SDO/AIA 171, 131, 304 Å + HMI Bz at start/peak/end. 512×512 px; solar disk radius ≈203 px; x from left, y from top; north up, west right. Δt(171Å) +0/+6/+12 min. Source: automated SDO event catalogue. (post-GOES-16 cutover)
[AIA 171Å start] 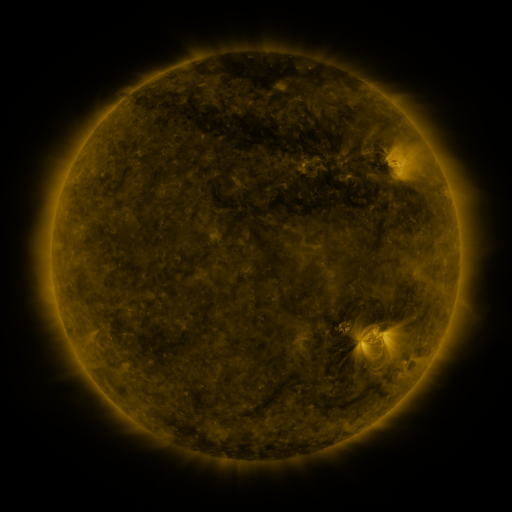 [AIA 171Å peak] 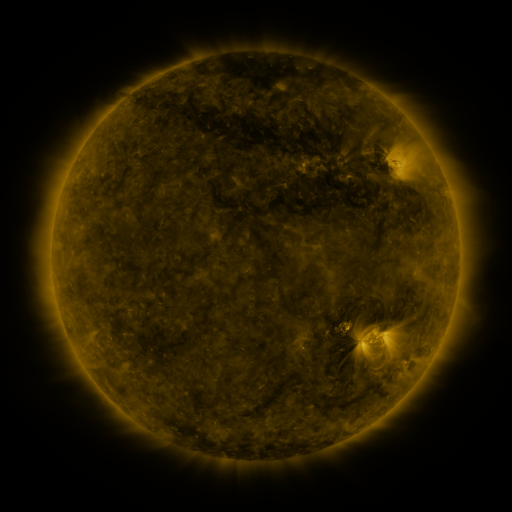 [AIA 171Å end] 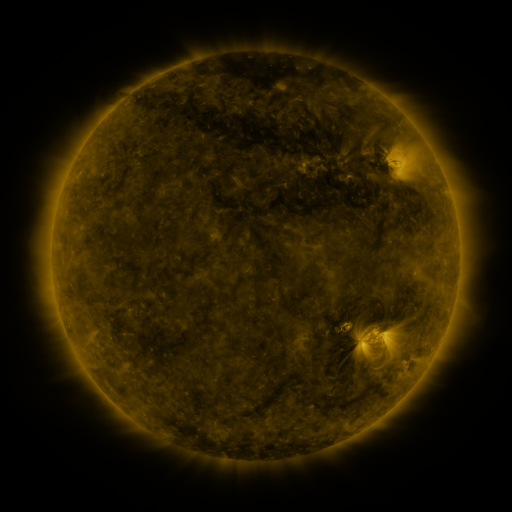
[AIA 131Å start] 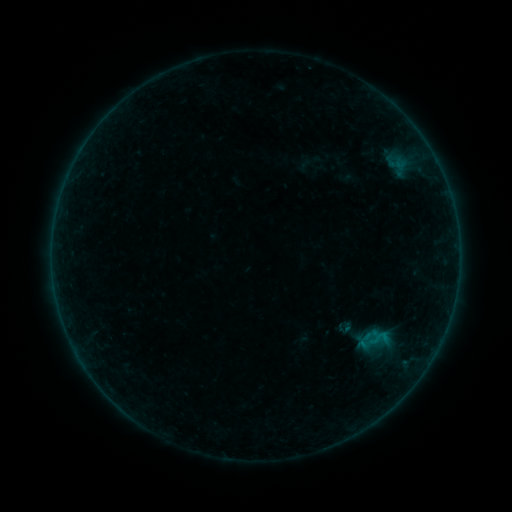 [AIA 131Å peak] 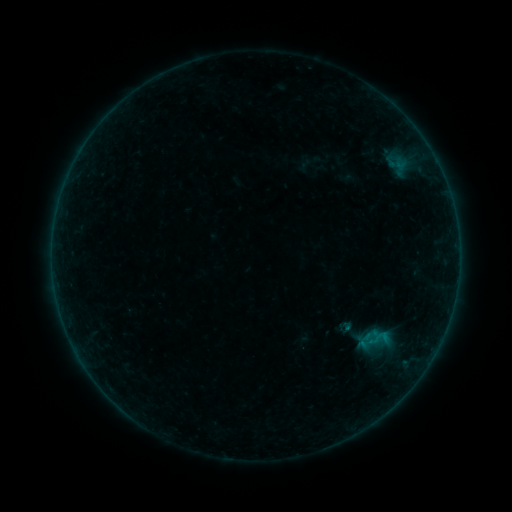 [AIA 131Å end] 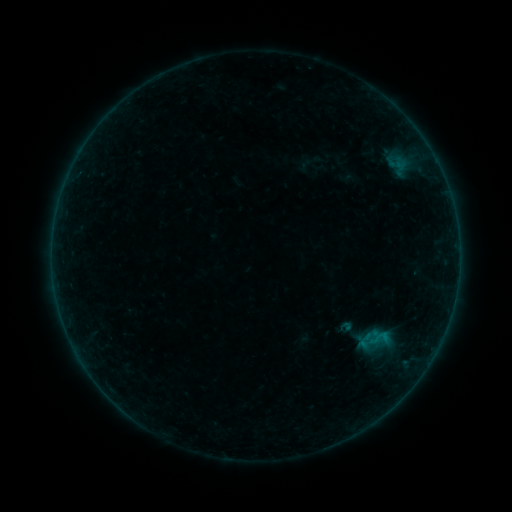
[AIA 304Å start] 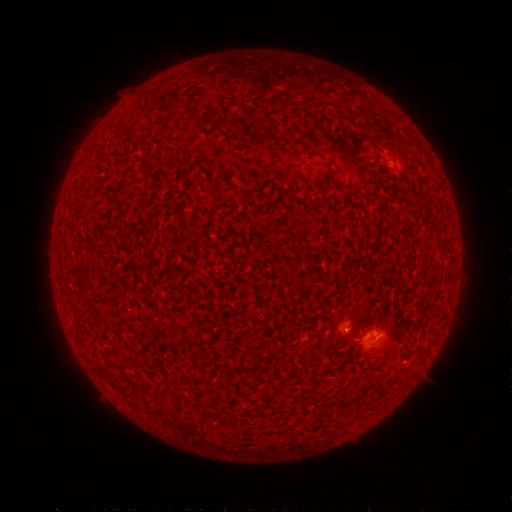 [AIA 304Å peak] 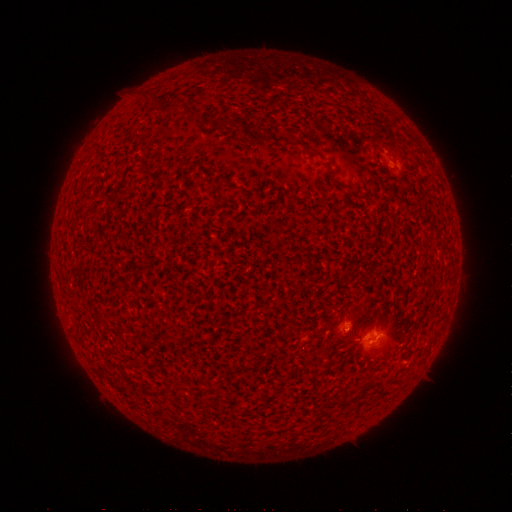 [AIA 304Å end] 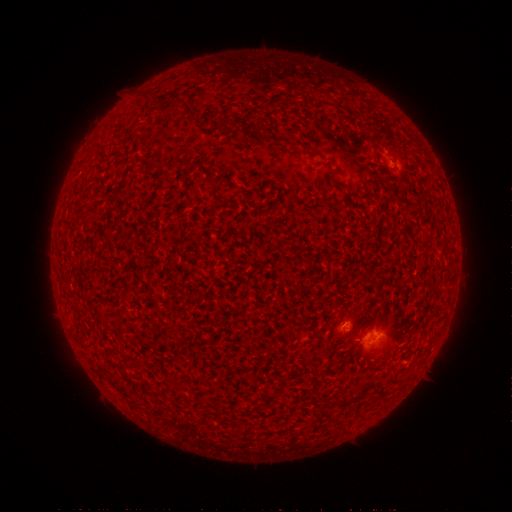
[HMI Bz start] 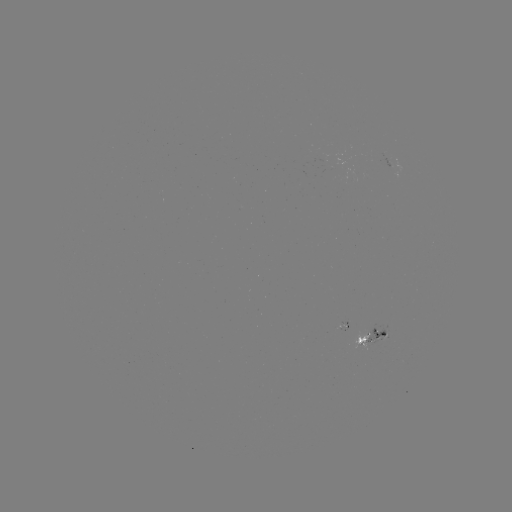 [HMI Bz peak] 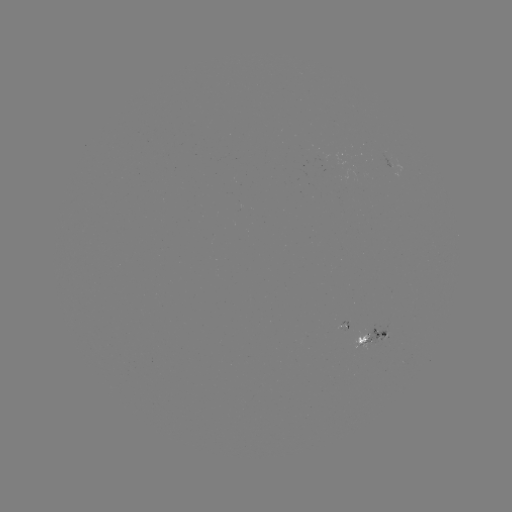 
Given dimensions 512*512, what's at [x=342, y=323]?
B2.2 flare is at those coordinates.